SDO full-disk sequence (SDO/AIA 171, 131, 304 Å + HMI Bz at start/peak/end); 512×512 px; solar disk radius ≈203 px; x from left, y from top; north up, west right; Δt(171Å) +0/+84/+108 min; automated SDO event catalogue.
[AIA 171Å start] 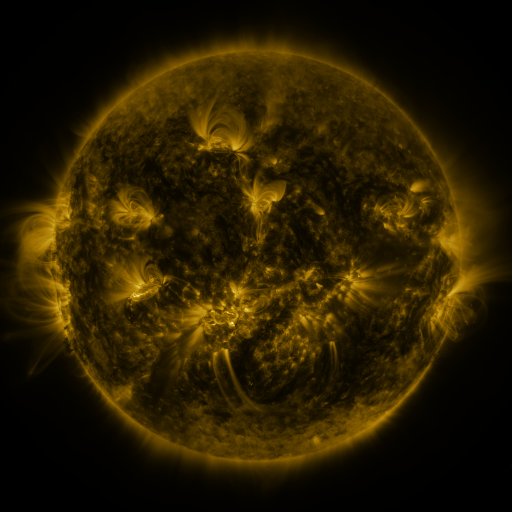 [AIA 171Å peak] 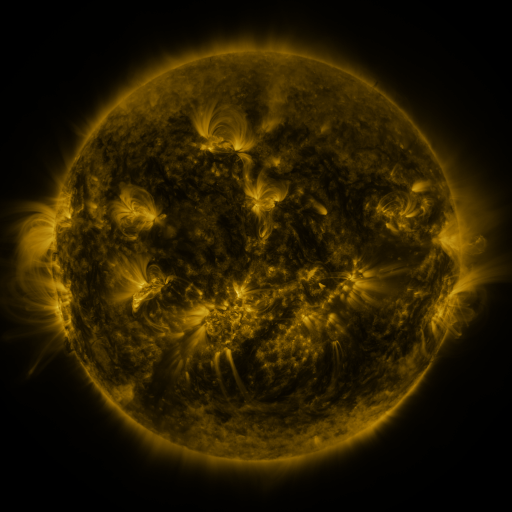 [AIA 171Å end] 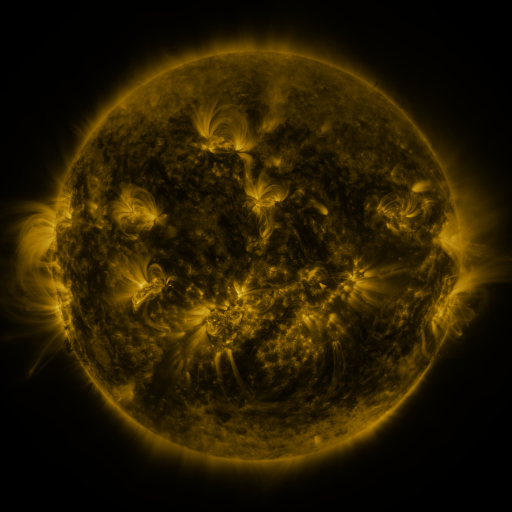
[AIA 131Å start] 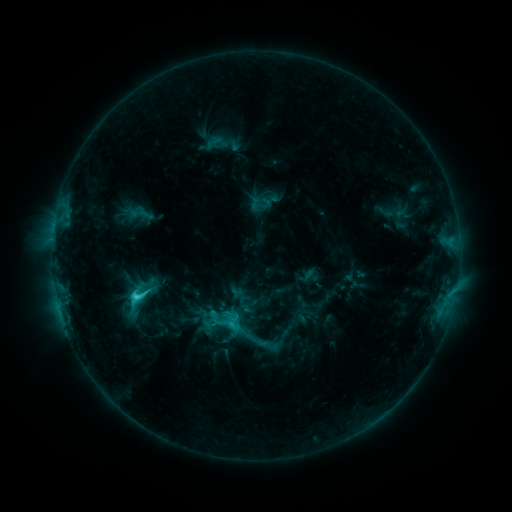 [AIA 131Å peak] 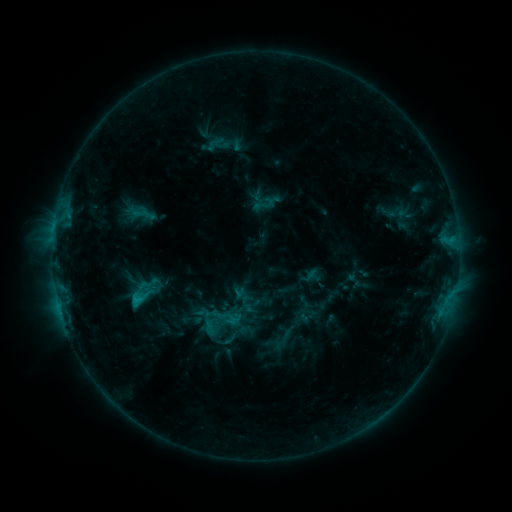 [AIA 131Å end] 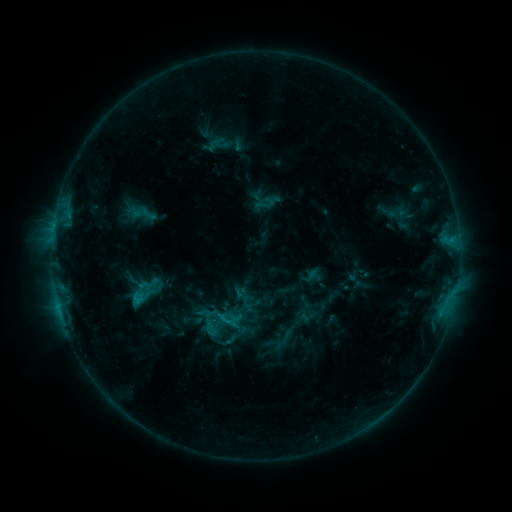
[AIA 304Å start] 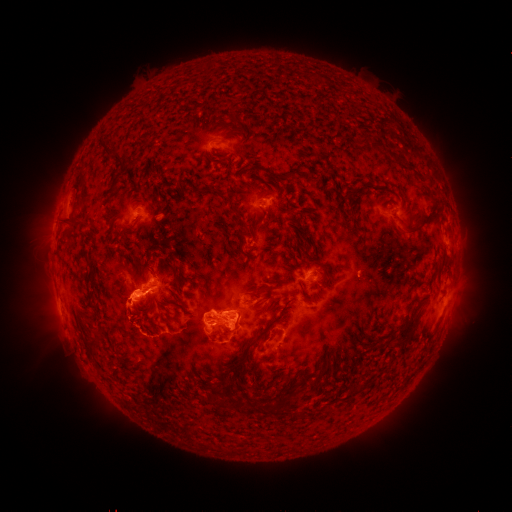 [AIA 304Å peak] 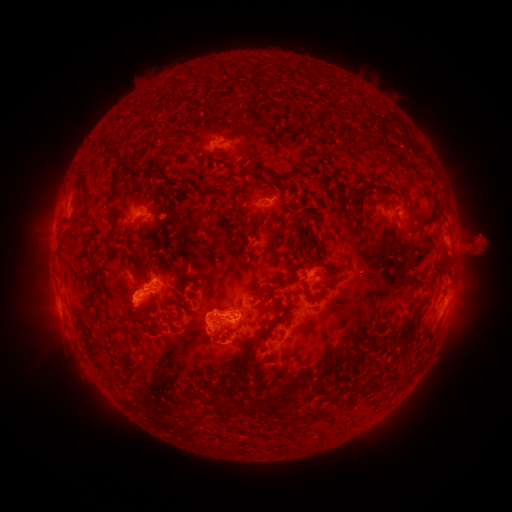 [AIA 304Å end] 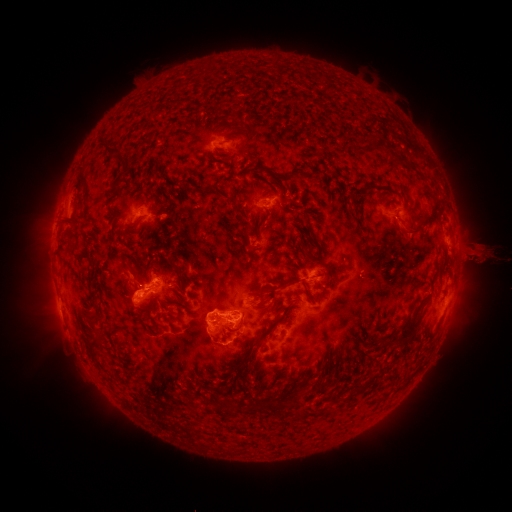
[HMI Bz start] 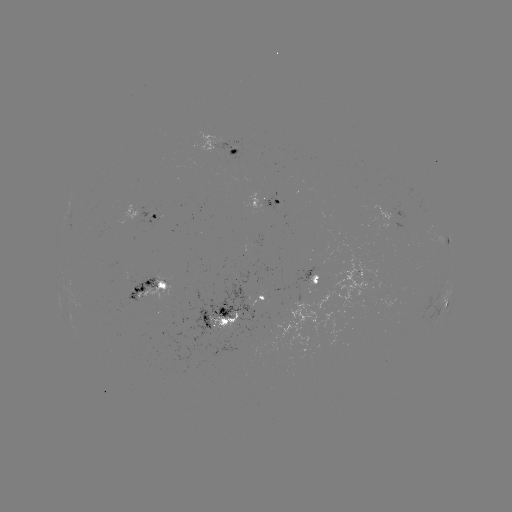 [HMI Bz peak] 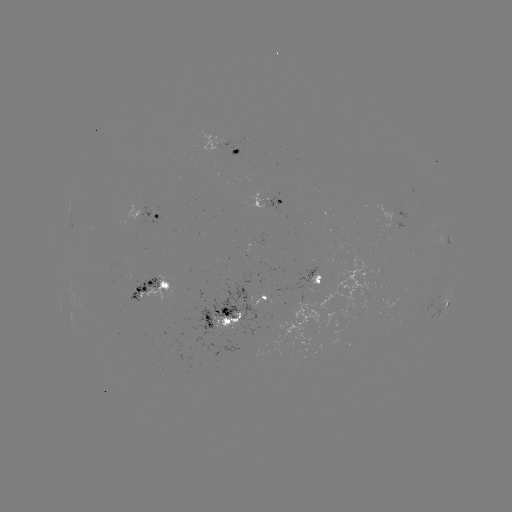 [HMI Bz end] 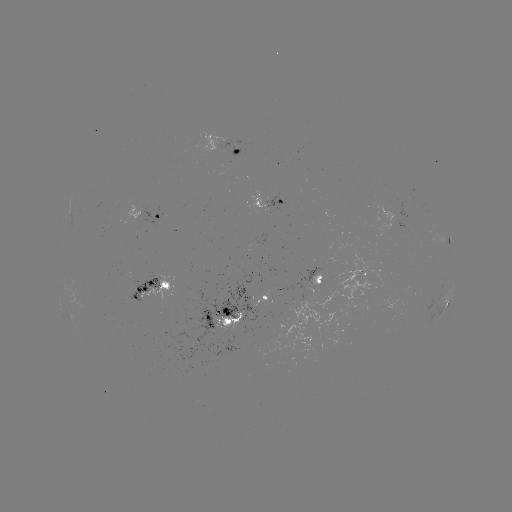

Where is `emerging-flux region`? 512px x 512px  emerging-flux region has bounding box [146, 274, 285, 361].